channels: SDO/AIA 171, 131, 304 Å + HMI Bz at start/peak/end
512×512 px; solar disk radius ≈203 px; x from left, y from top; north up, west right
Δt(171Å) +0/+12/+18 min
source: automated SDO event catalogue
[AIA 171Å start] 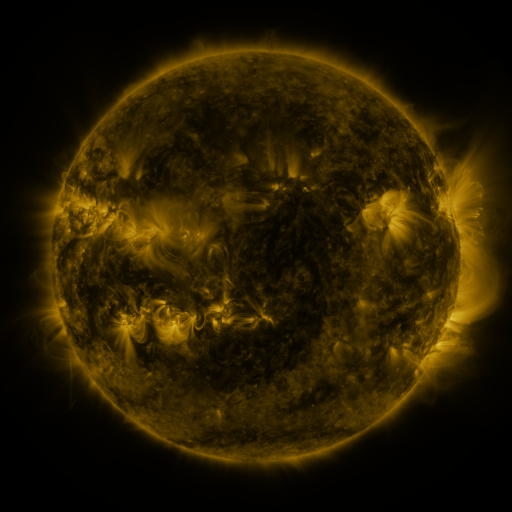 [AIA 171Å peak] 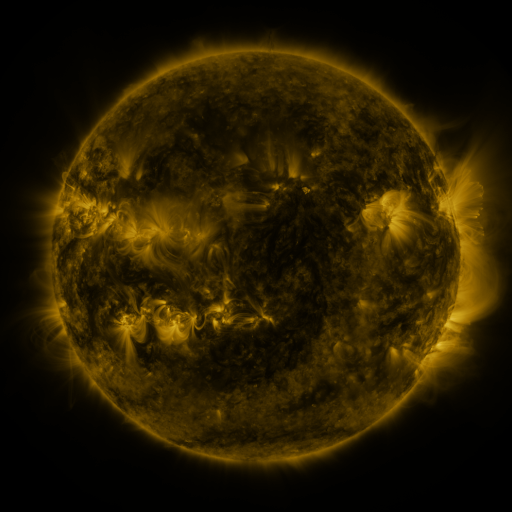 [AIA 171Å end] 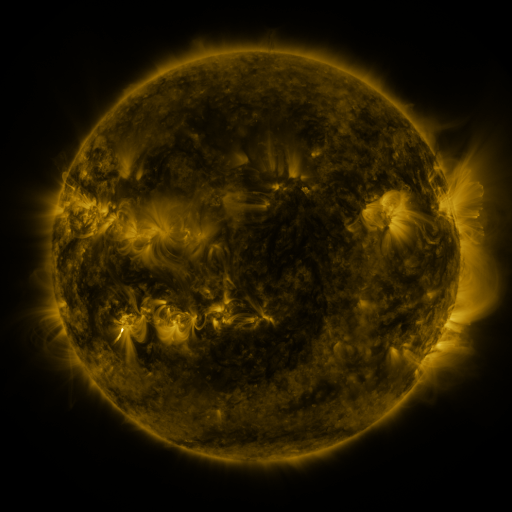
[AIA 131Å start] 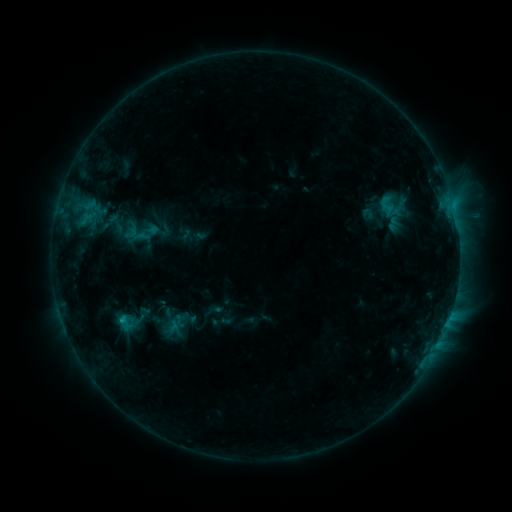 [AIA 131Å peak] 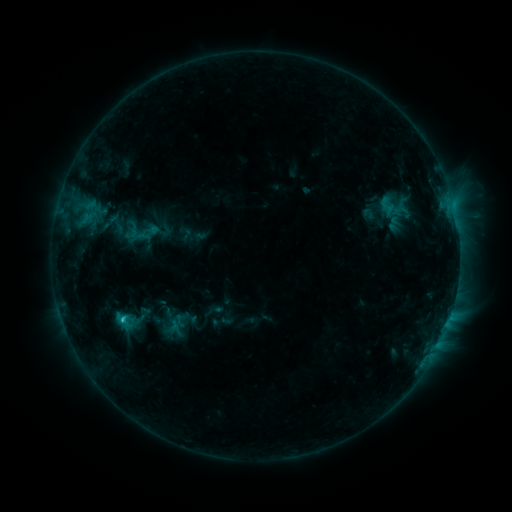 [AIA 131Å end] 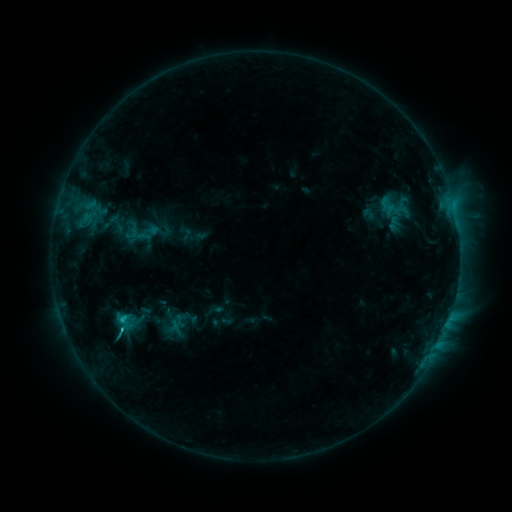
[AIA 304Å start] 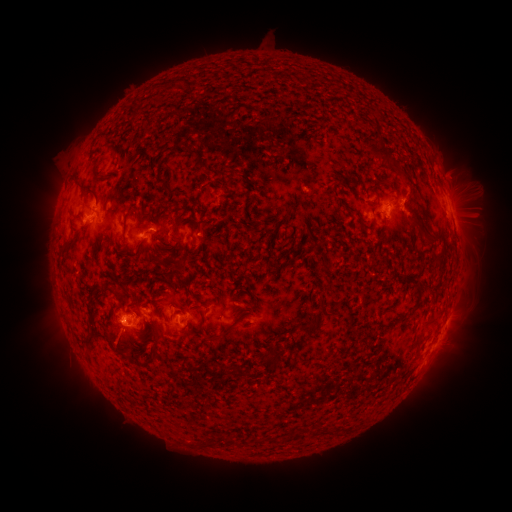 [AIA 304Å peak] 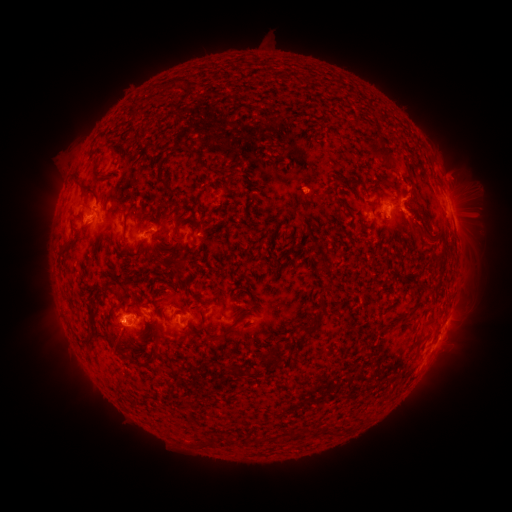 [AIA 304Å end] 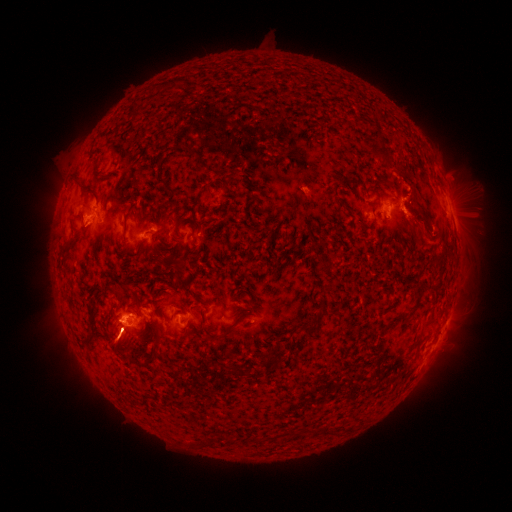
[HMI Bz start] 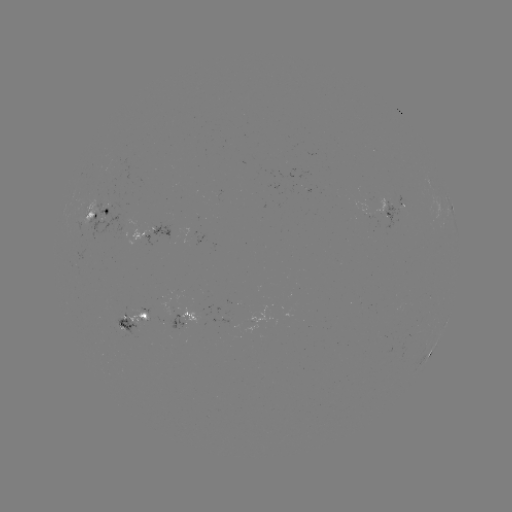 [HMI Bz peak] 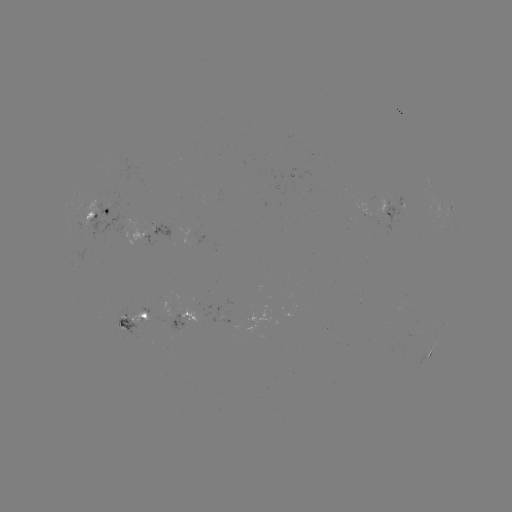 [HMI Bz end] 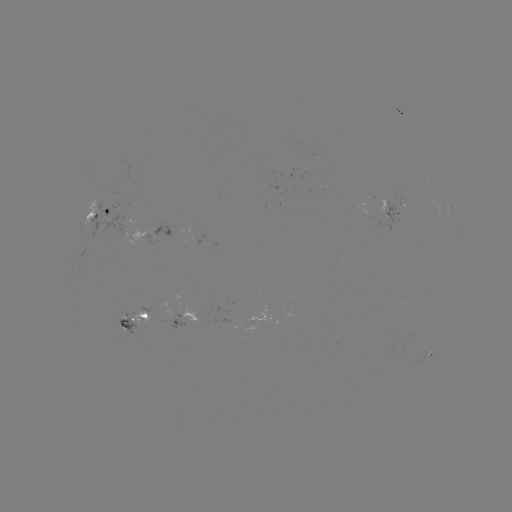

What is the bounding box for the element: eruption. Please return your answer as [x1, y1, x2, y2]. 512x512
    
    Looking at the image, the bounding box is [361, 136, 433, 239].